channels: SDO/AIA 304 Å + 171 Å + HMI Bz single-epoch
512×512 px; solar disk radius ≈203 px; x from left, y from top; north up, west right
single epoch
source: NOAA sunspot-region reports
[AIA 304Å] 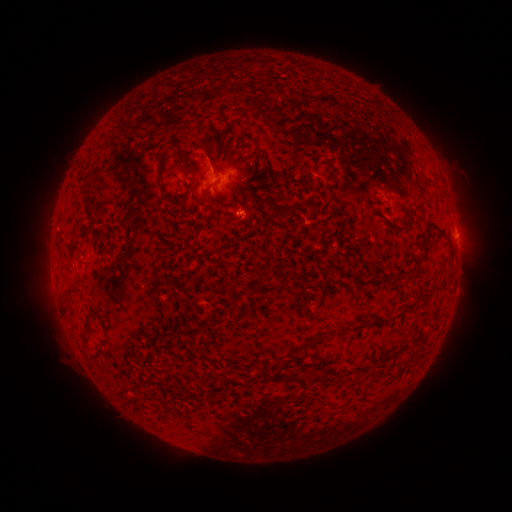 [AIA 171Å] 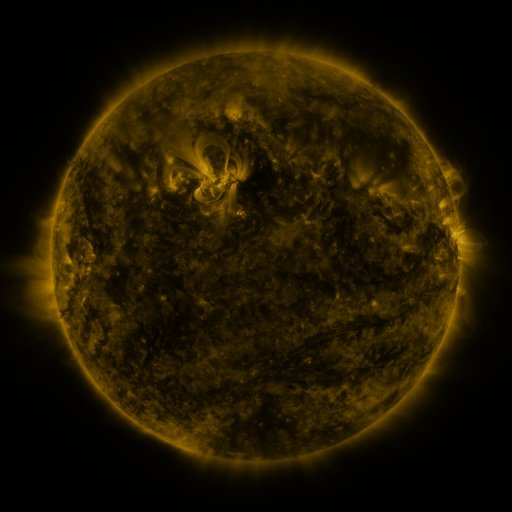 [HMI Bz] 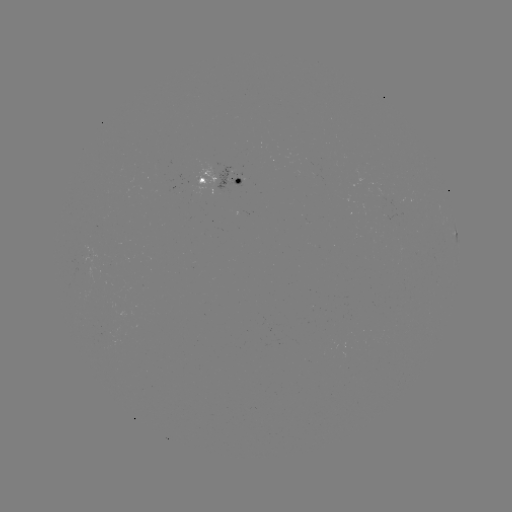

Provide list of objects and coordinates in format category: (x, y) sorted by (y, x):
spotted active region: (225, 179)
spotted active region: (458, 241)
